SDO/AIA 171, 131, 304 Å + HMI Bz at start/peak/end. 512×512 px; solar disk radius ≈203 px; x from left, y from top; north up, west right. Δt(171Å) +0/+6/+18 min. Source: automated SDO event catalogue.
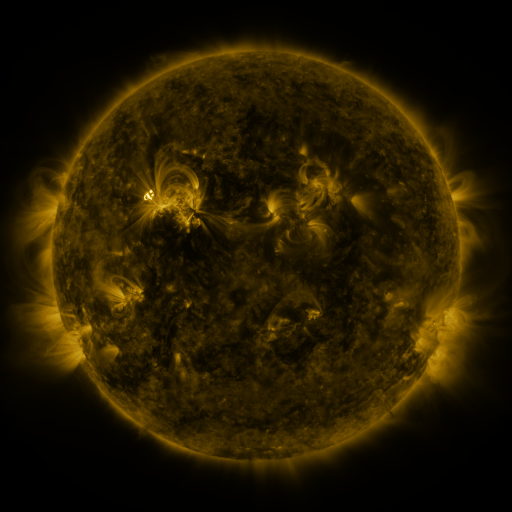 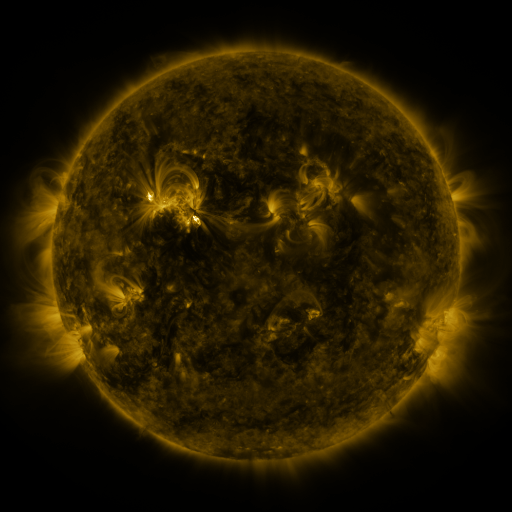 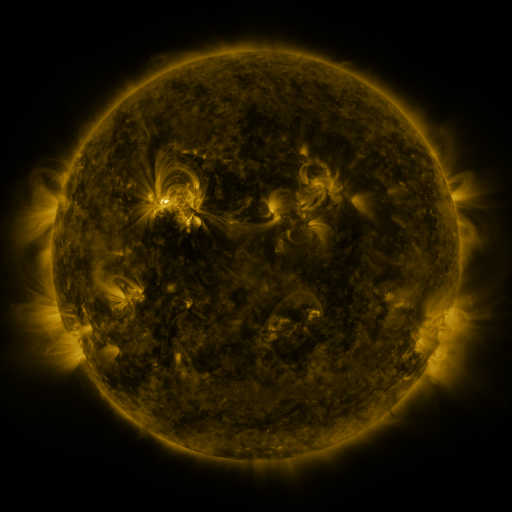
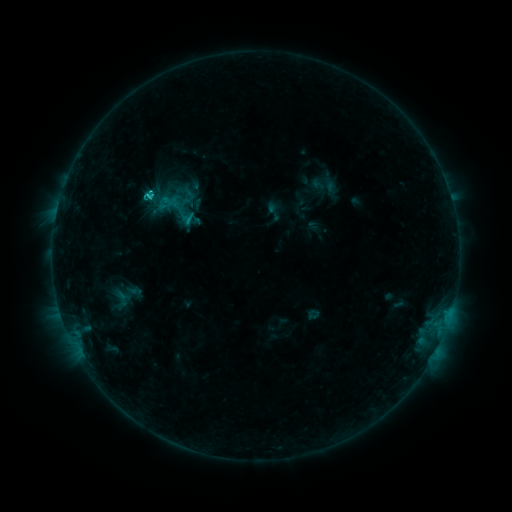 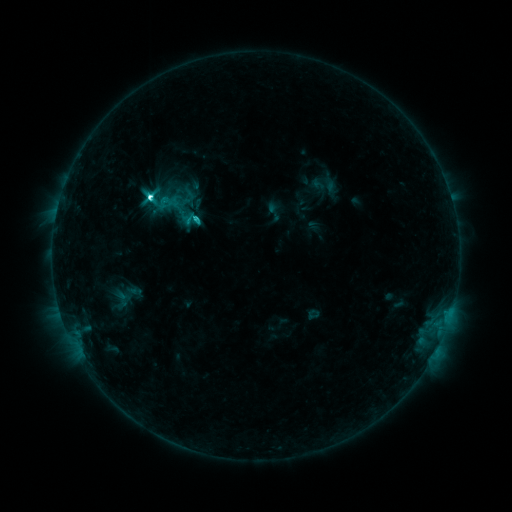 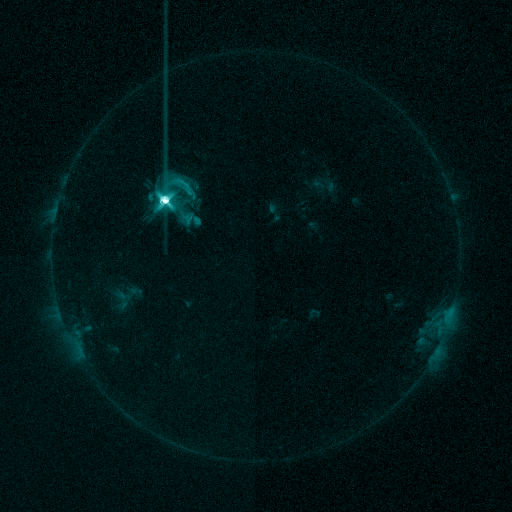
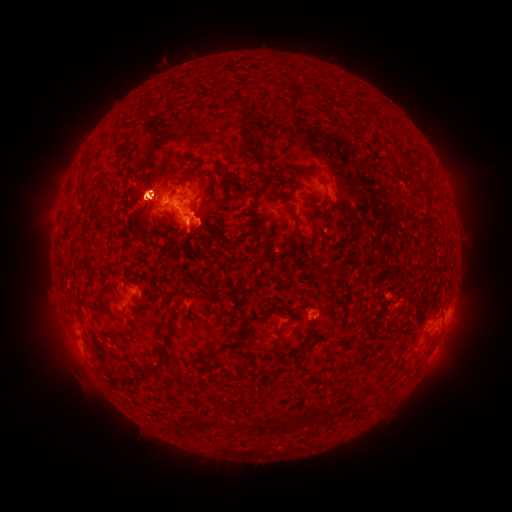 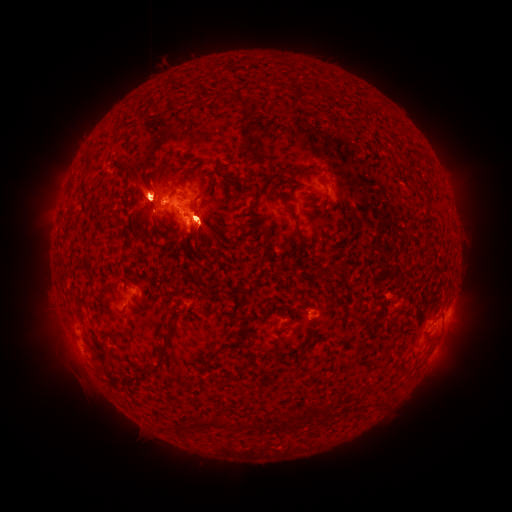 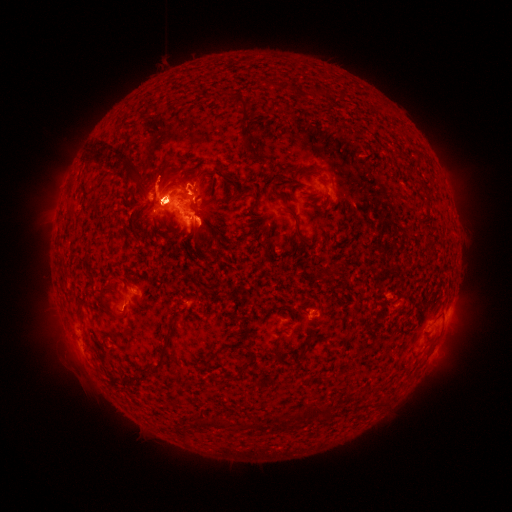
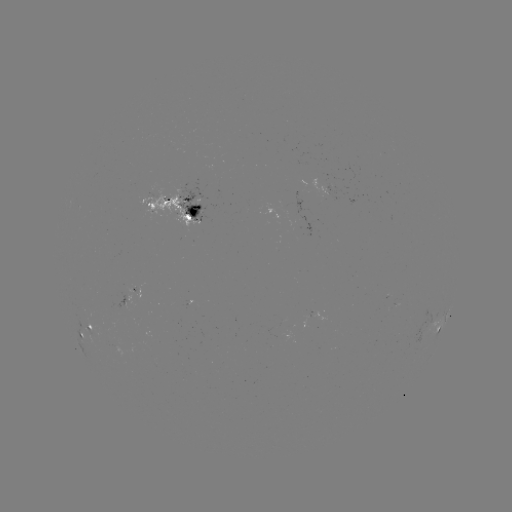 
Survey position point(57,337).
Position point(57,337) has eruption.